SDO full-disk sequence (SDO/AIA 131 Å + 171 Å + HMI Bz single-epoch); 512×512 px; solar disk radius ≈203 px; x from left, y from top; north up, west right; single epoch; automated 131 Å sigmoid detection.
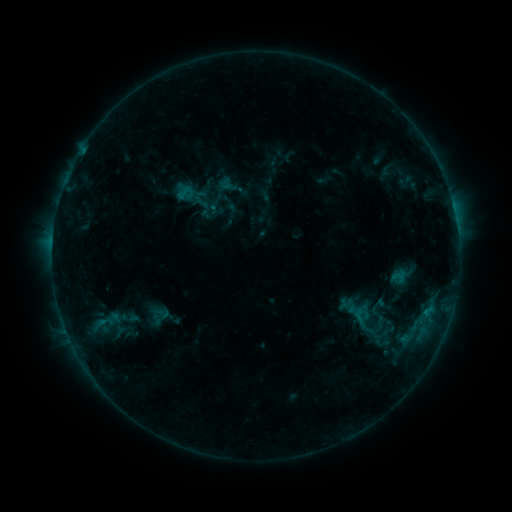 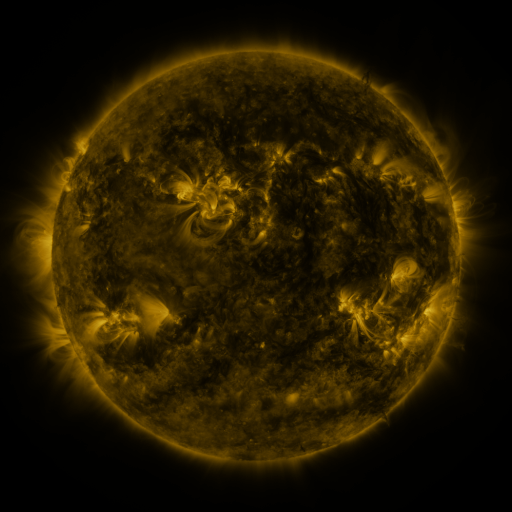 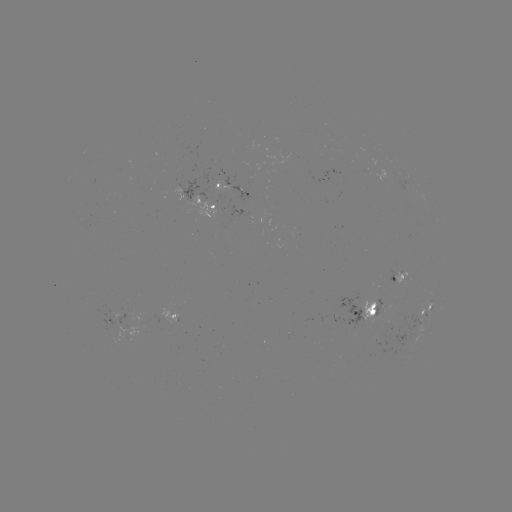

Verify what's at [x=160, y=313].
sigmoid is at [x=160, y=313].